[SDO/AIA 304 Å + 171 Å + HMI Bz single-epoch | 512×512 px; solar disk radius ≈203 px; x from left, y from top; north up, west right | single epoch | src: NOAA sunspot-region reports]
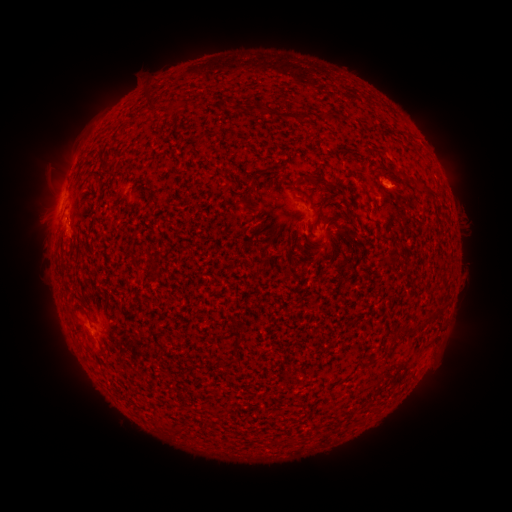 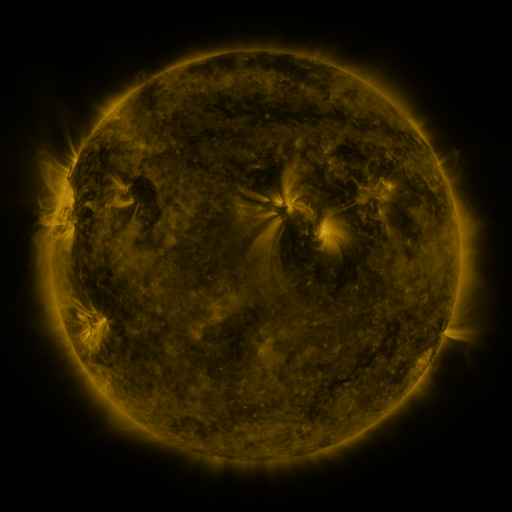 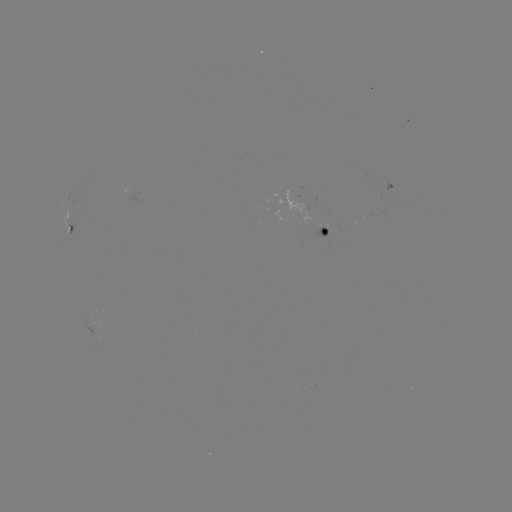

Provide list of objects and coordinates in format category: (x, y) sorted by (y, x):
spotted active region: (307, 227)
spotted active region: (74, 229)
